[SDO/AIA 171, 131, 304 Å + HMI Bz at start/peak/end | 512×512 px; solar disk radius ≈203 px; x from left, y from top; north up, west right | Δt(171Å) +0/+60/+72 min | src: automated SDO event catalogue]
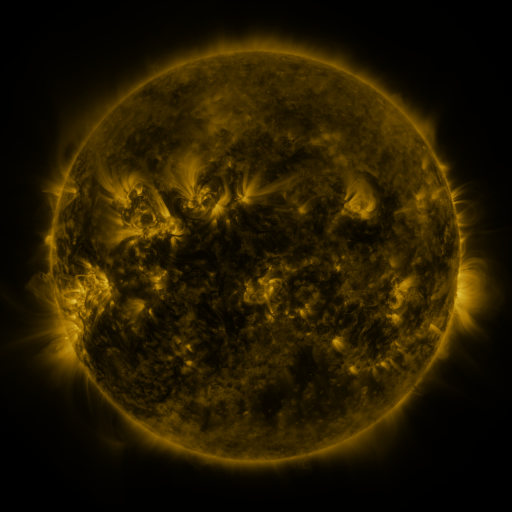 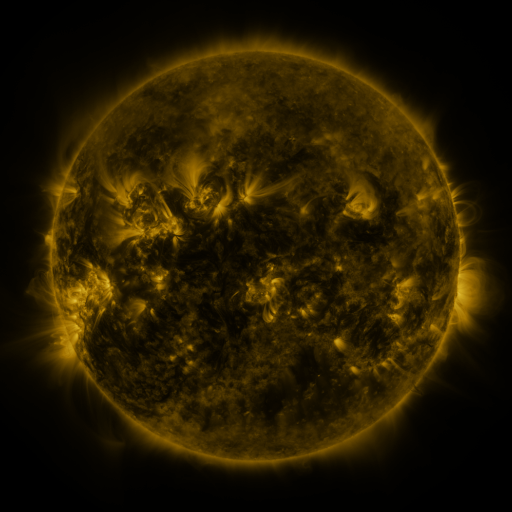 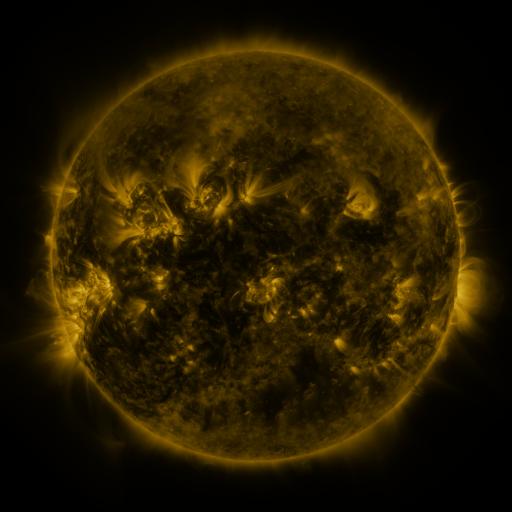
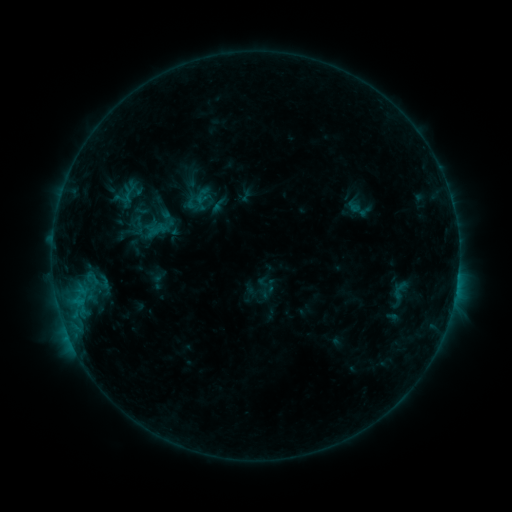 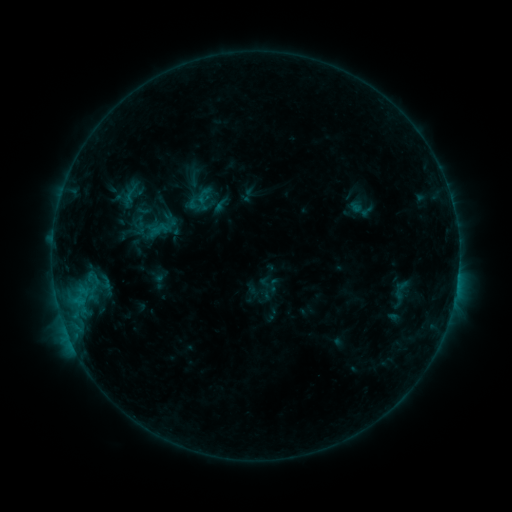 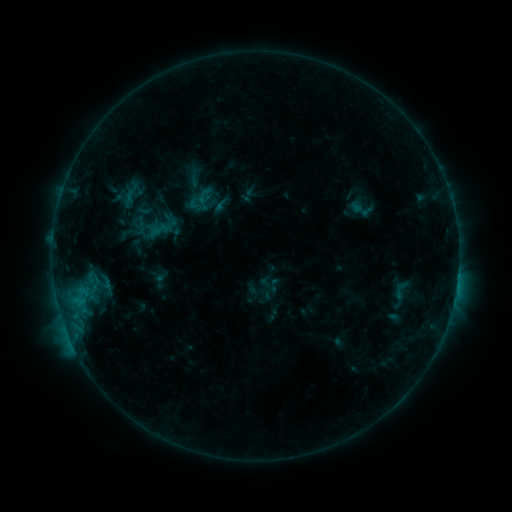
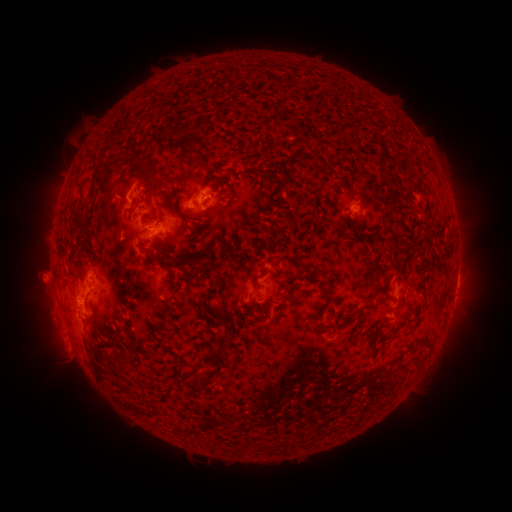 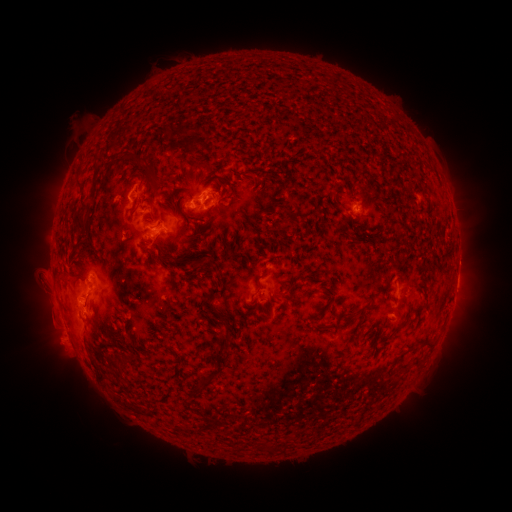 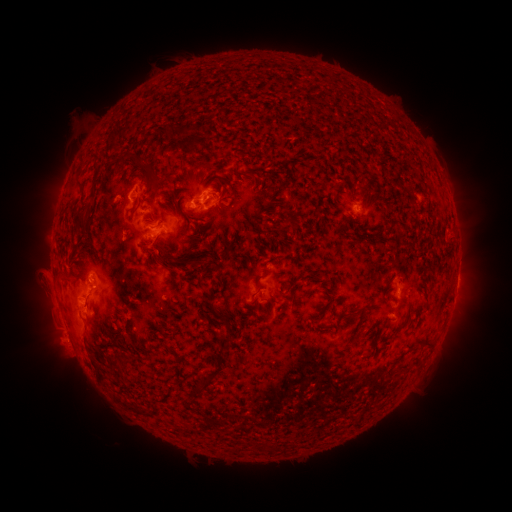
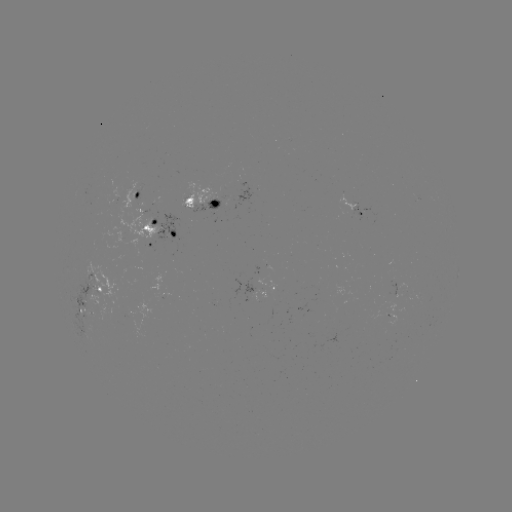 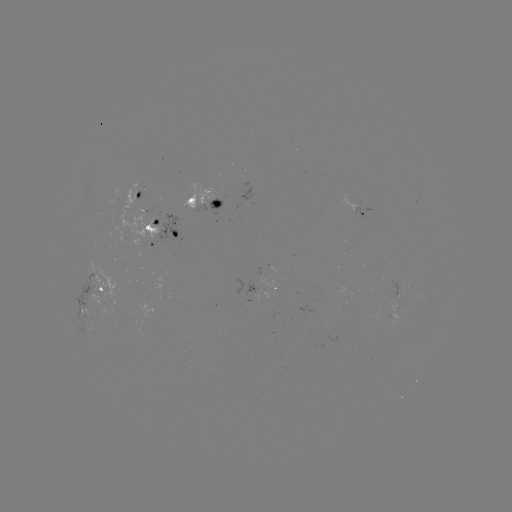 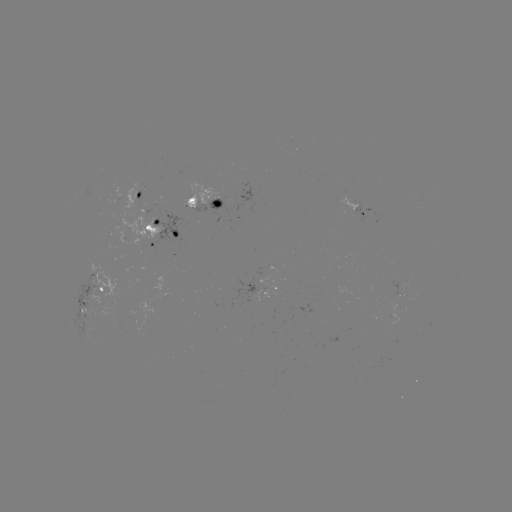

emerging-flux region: <bbox>253, 292, 265, 302</bbox>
